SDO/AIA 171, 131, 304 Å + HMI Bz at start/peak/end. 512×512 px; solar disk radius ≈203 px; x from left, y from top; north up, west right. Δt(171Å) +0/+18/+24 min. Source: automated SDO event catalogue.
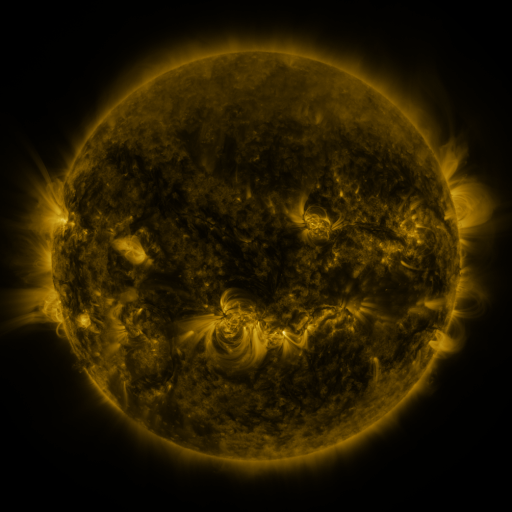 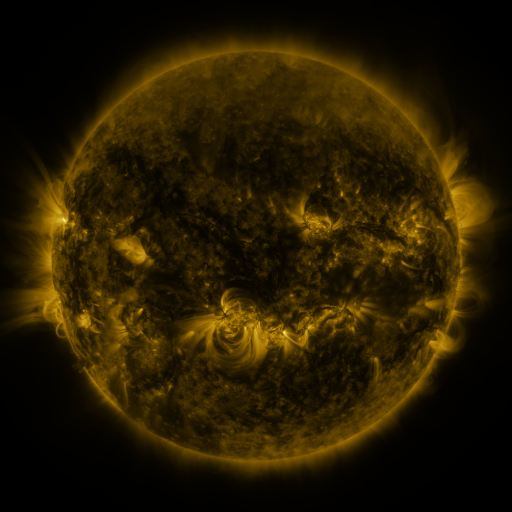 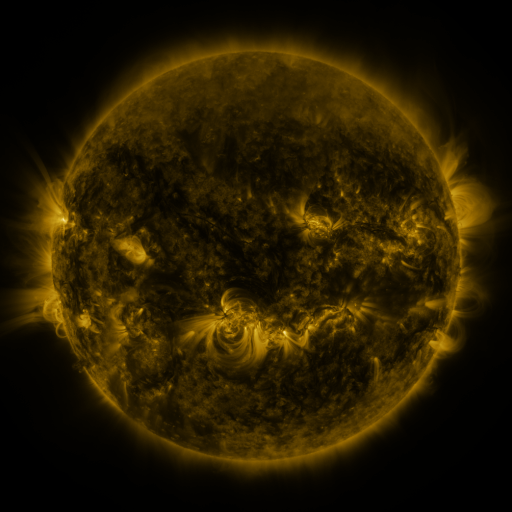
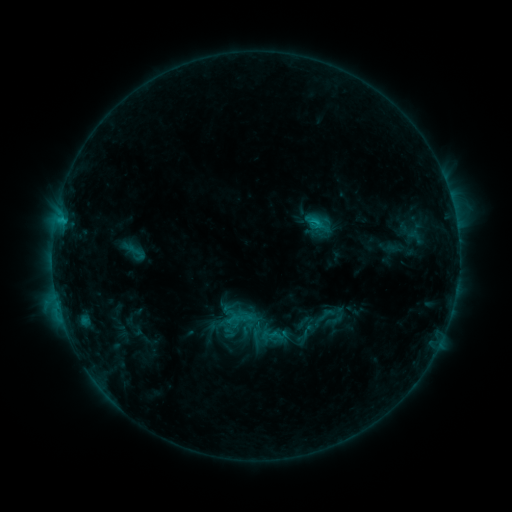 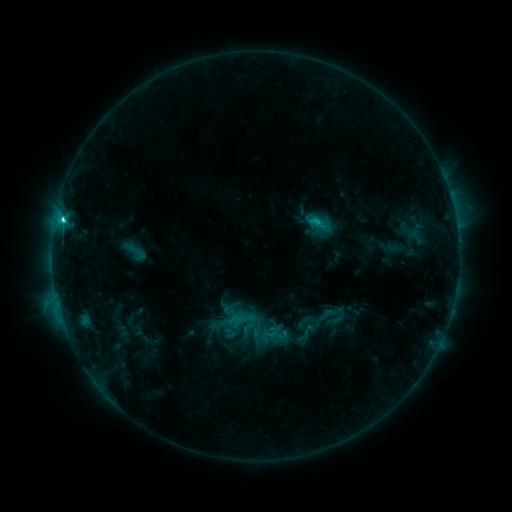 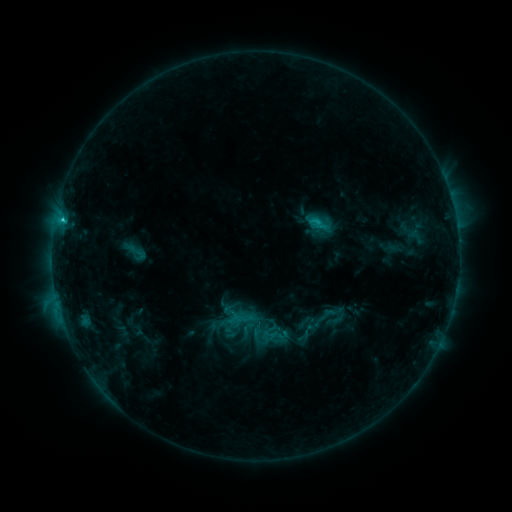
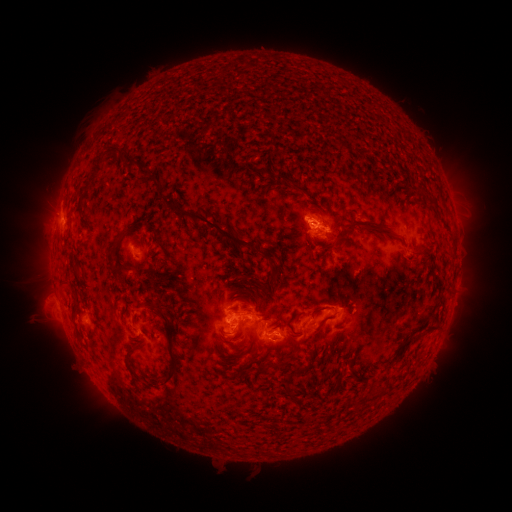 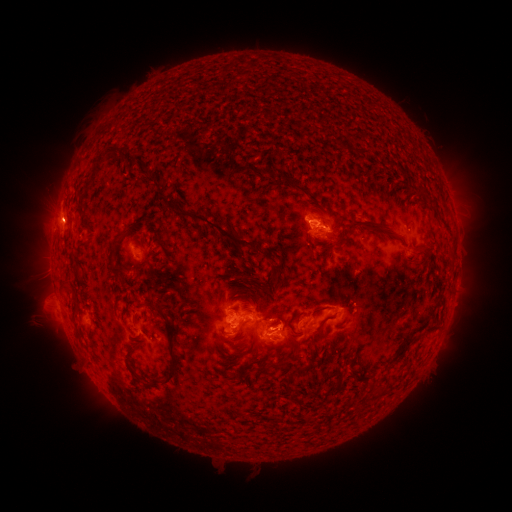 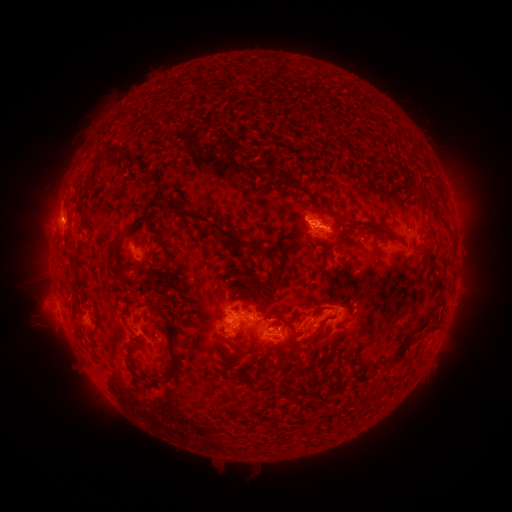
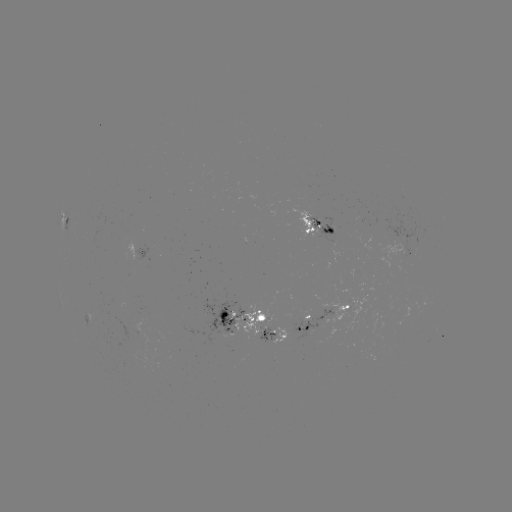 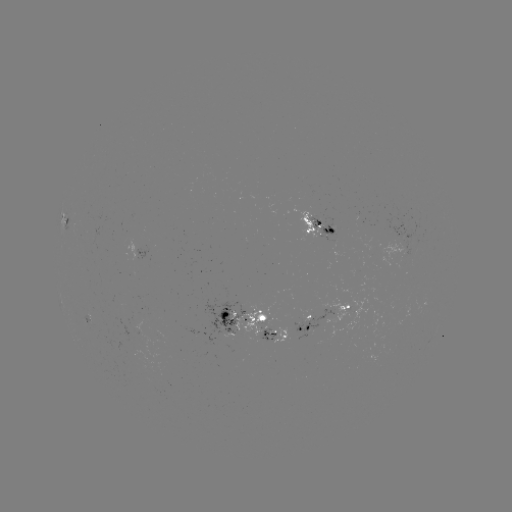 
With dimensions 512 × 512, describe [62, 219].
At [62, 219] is C3.7 flare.